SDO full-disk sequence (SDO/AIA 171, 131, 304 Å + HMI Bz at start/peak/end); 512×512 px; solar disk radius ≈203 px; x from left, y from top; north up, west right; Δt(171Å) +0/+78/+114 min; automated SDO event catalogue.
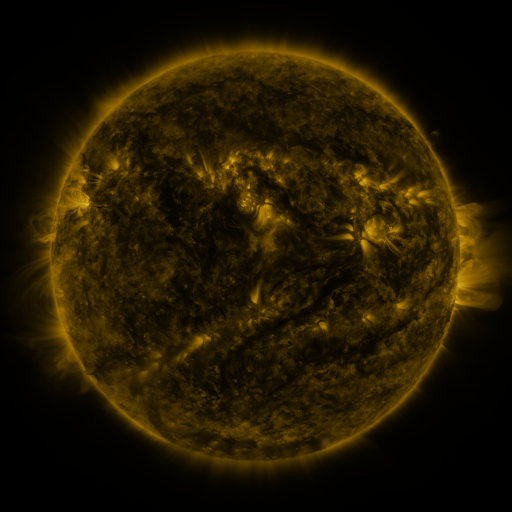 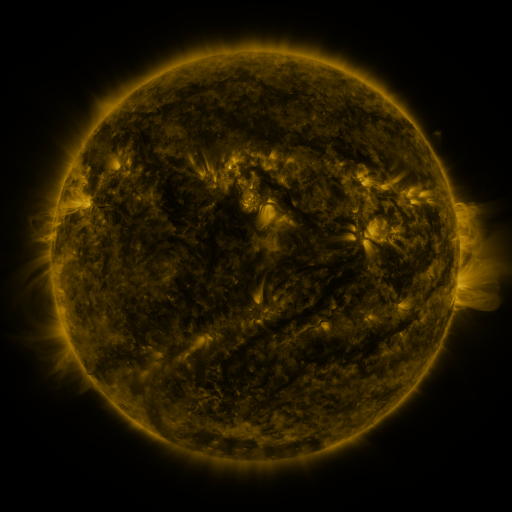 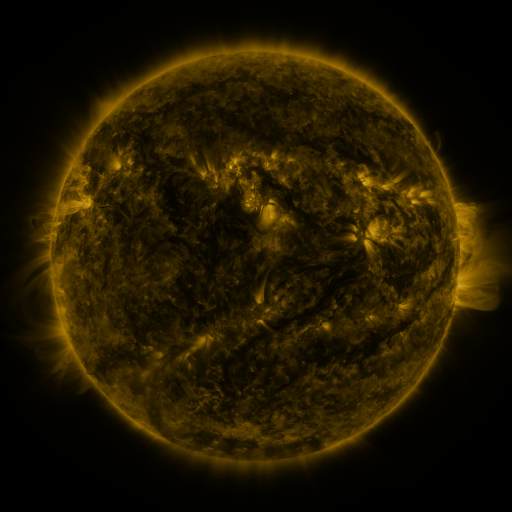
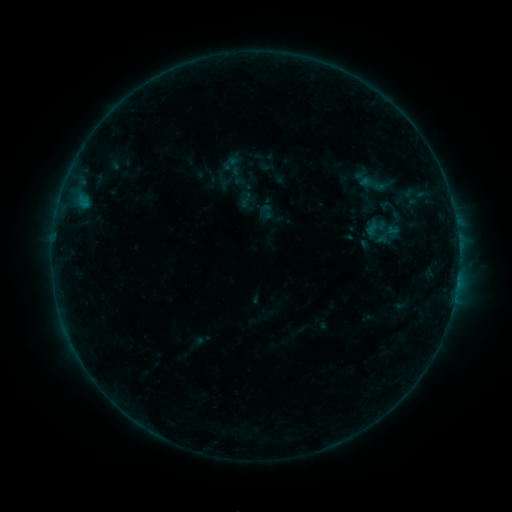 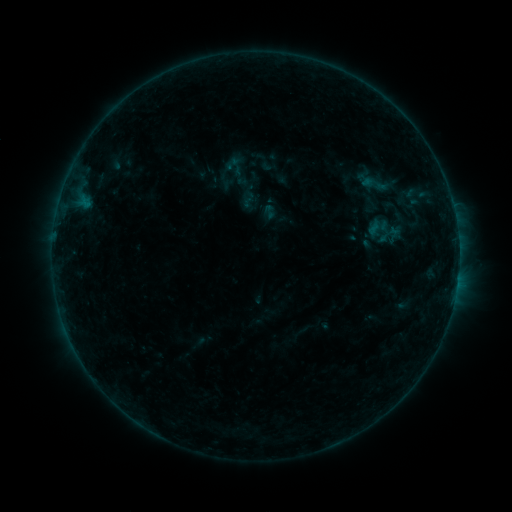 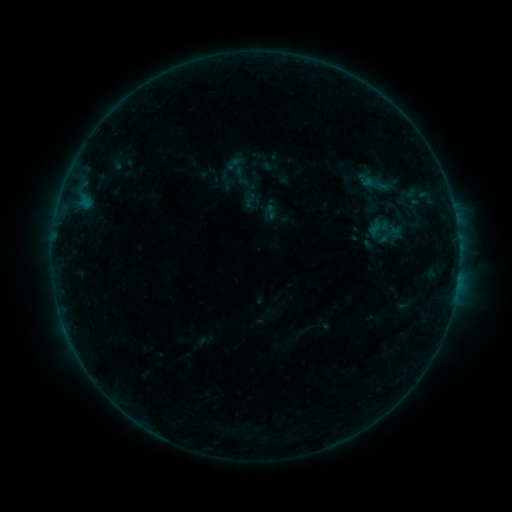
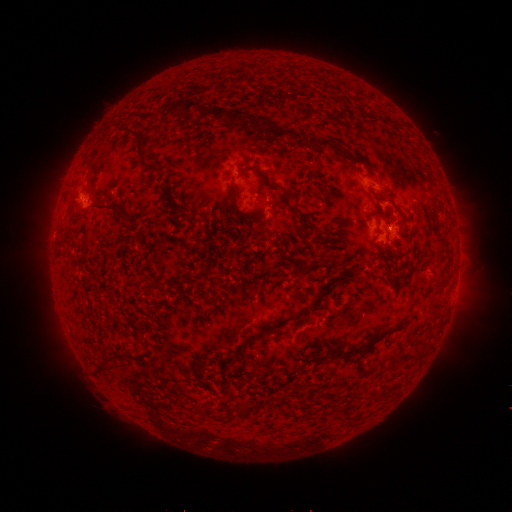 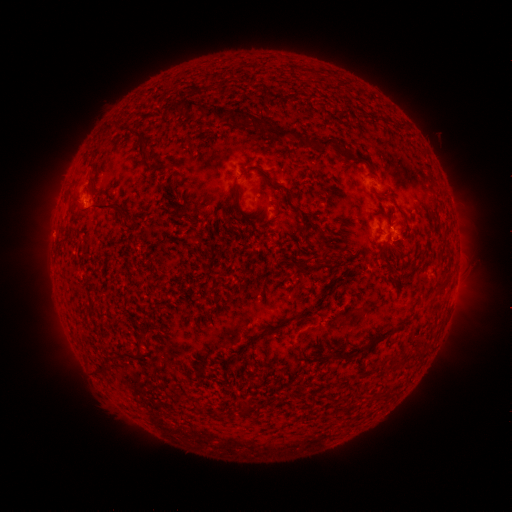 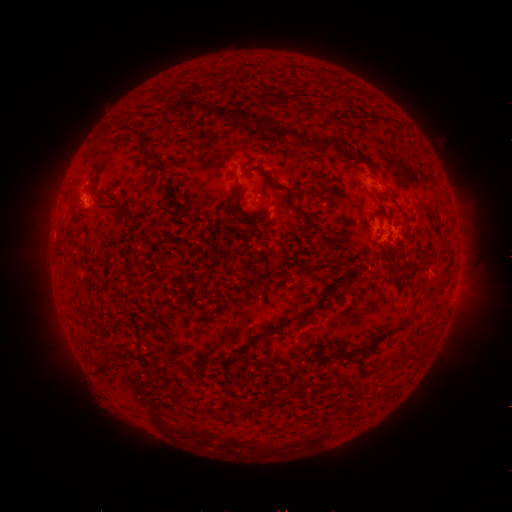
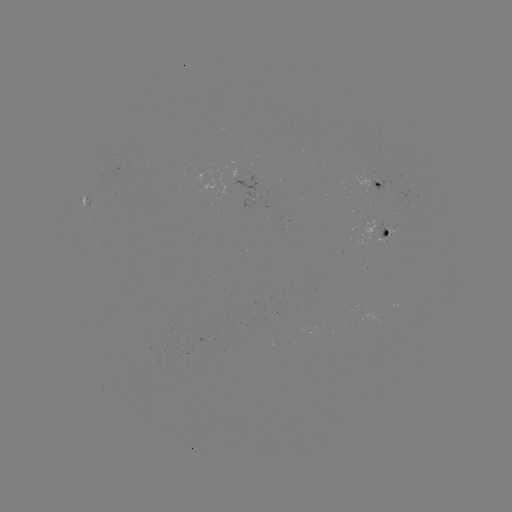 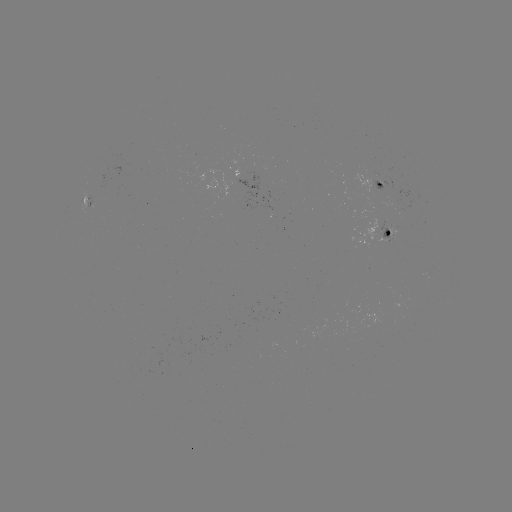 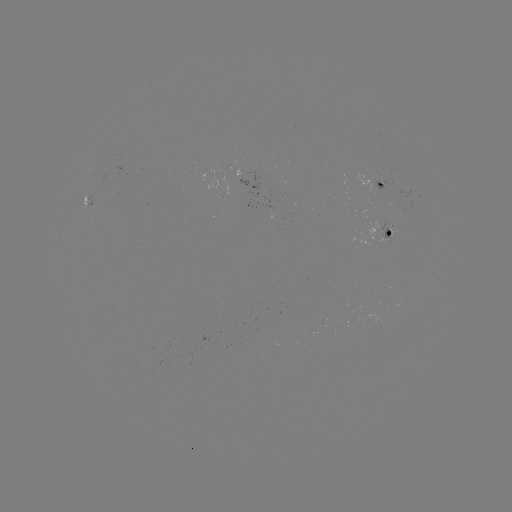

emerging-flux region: <bbox>397, 210, 404, 221</bbox>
